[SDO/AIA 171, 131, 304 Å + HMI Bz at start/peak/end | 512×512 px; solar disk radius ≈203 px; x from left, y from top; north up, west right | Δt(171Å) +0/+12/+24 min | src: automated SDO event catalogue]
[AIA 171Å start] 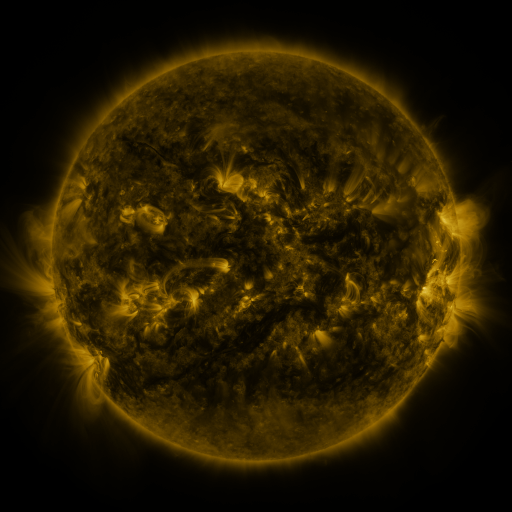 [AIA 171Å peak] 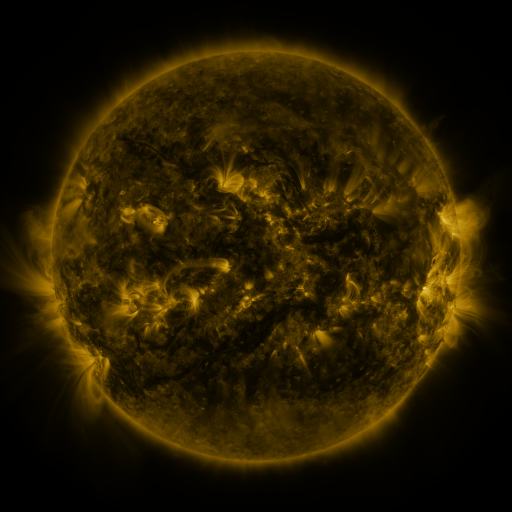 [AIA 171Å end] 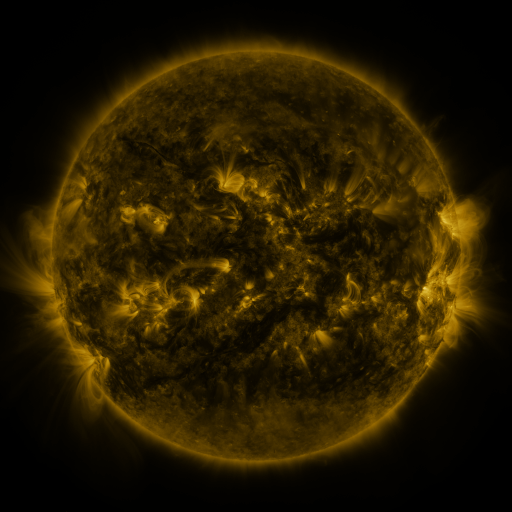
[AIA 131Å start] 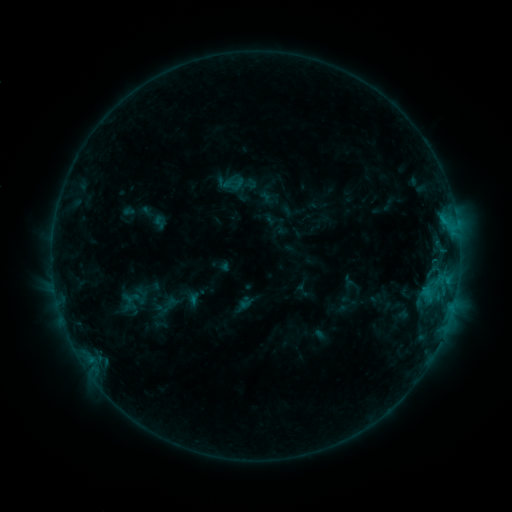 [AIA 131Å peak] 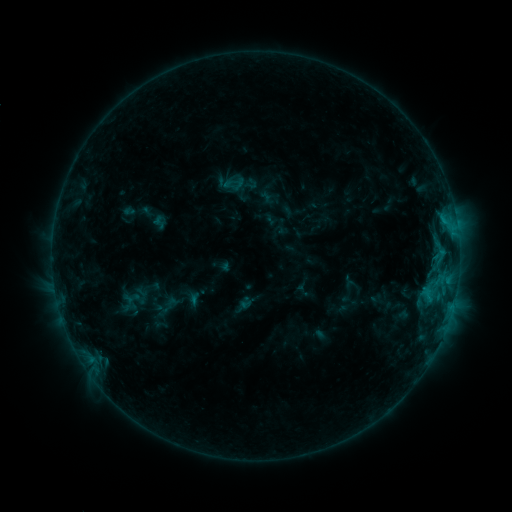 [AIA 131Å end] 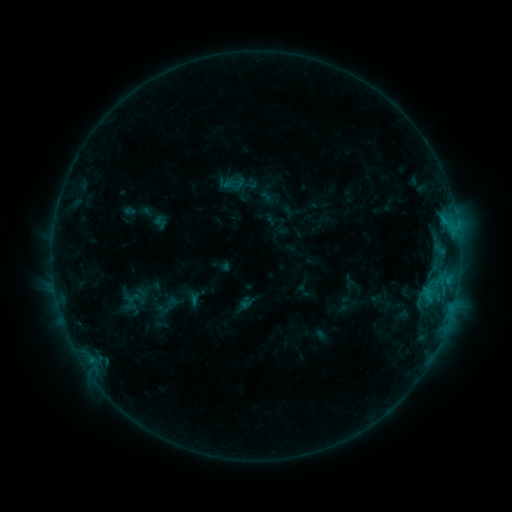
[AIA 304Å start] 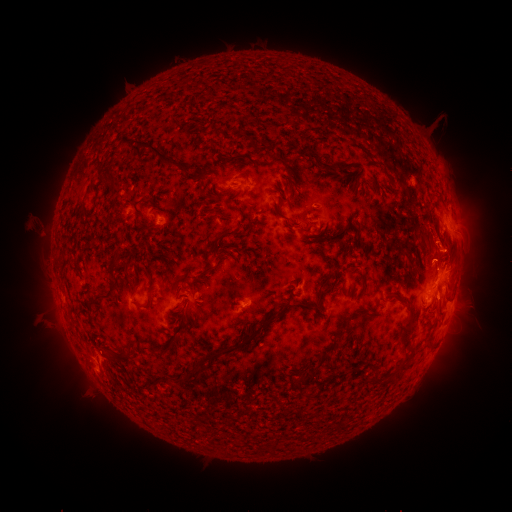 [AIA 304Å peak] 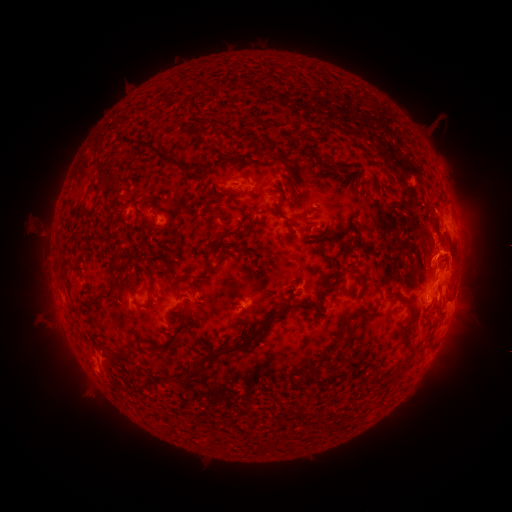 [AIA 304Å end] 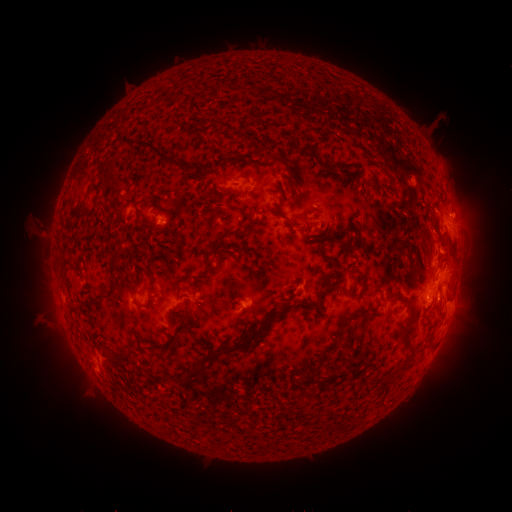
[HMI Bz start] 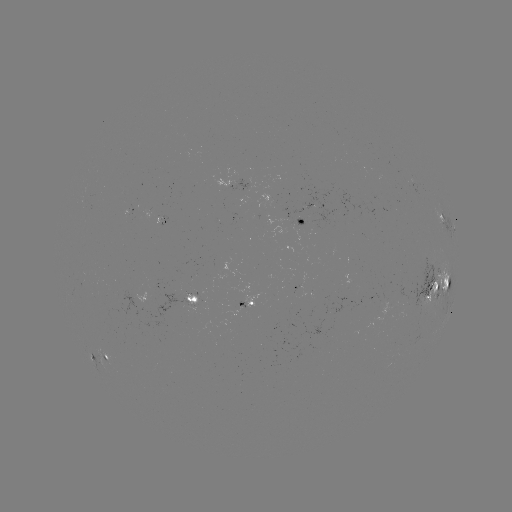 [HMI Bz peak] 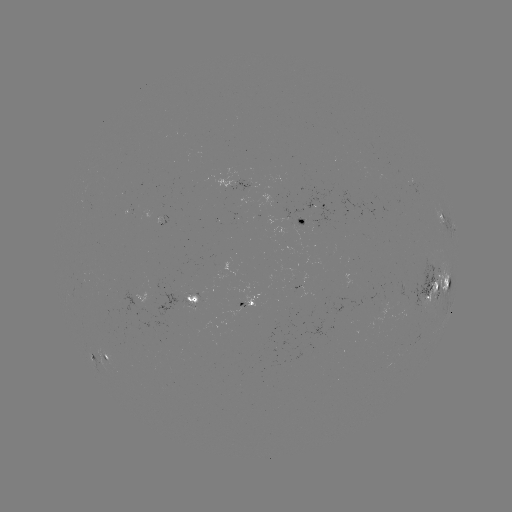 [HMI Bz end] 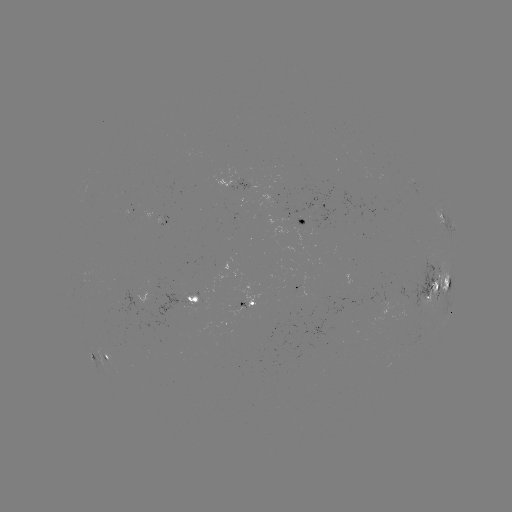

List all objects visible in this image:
eruption: (459, 251)
